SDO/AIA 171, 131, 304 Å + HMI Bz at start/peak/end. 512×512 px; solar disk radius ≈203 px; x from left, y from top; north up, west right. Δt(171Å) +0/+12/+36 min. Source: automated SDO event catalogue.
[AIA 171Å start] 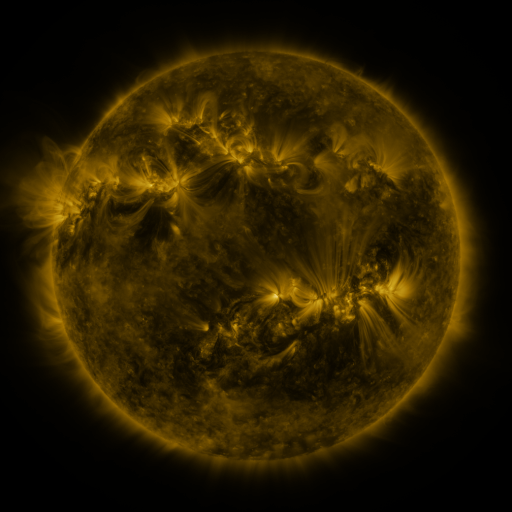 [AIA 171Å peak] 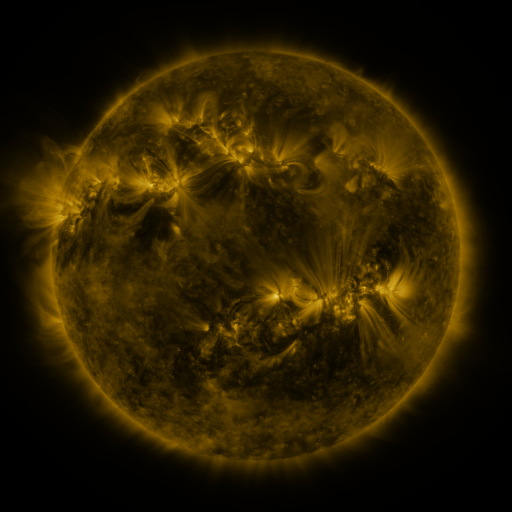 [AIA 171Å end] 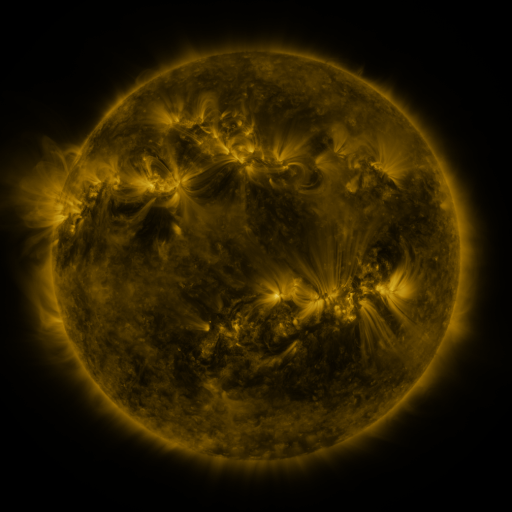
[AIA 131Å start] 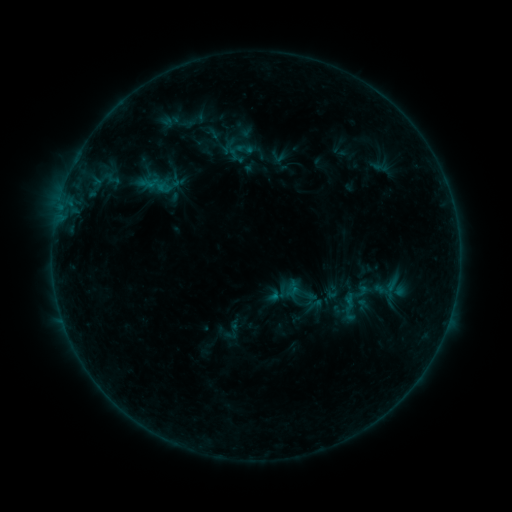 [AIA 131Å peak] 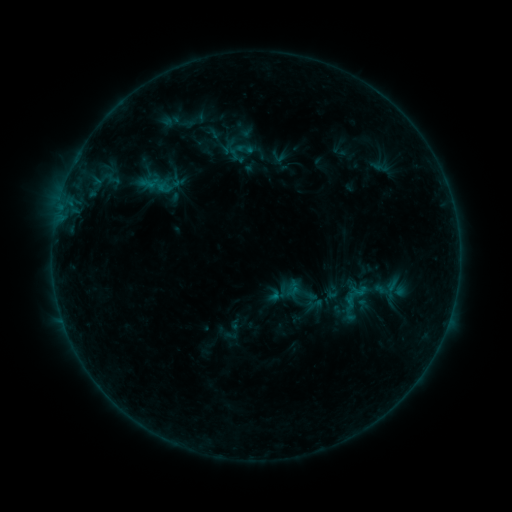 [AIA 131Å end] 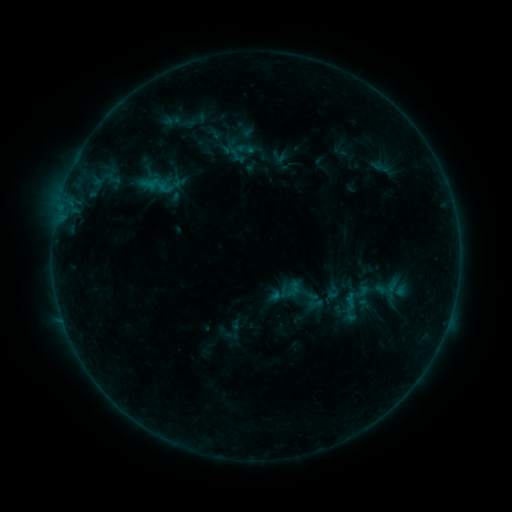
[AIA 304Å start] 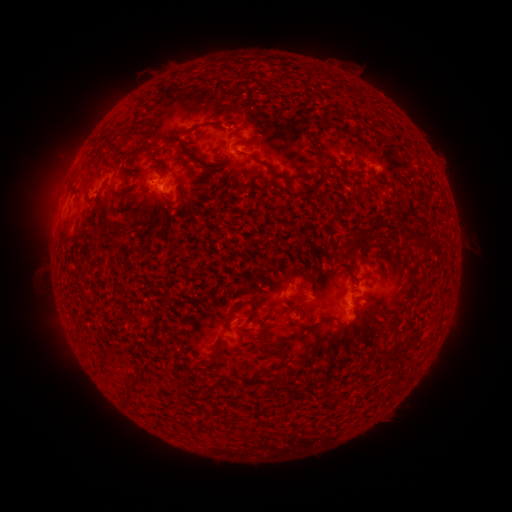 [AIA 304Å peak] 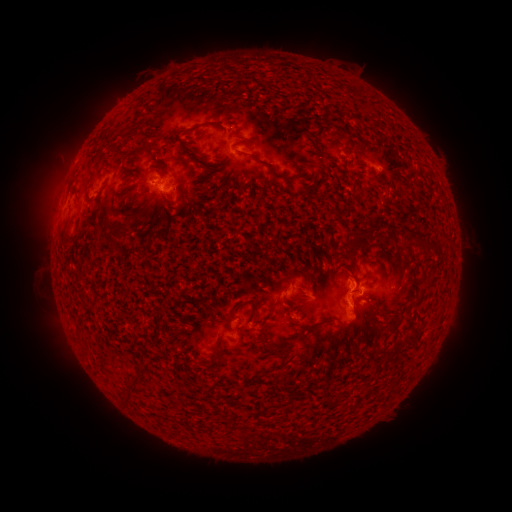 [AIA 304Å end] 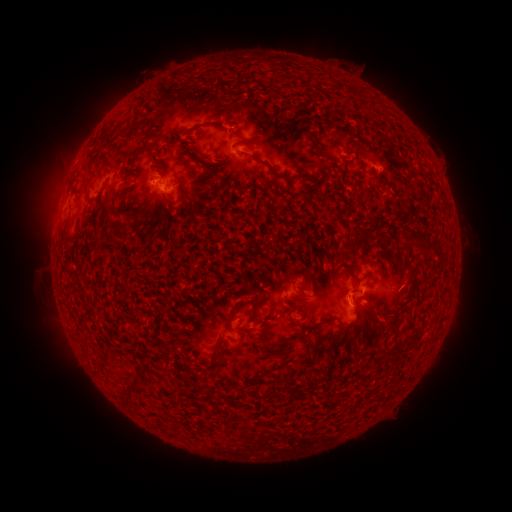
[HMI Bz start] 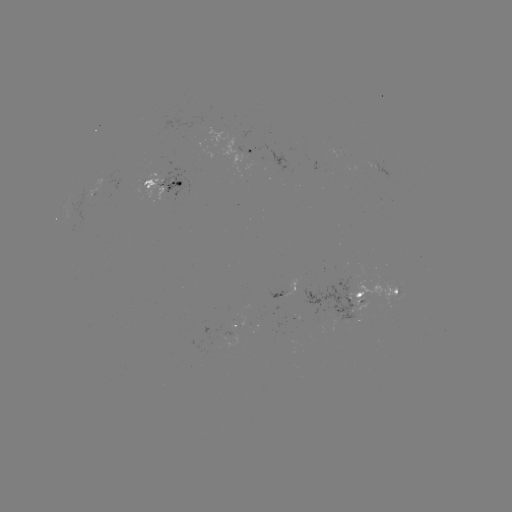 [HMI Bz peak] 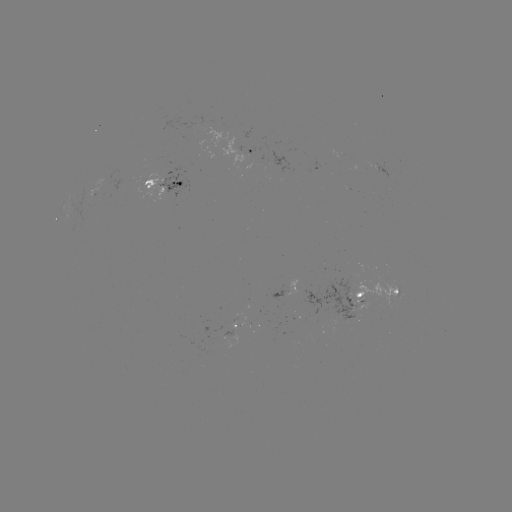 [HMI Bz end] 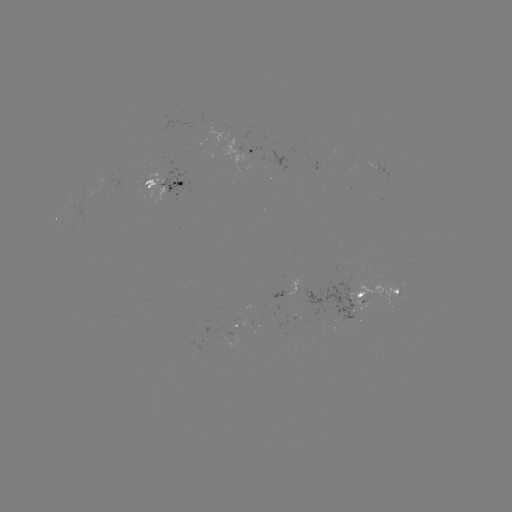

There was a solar emerging-flux region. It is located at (349, 302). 